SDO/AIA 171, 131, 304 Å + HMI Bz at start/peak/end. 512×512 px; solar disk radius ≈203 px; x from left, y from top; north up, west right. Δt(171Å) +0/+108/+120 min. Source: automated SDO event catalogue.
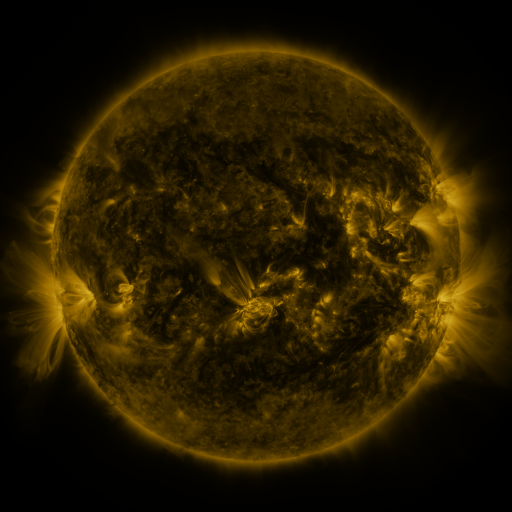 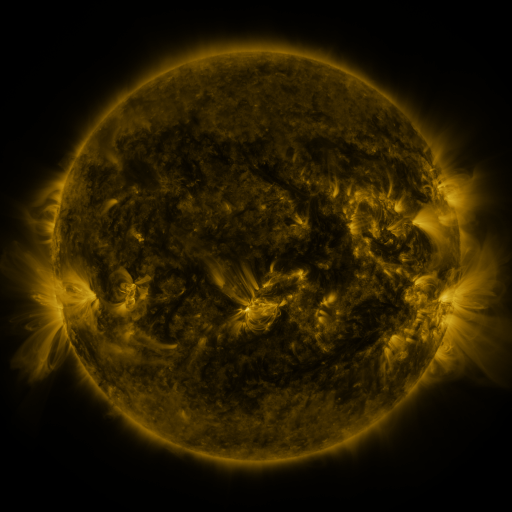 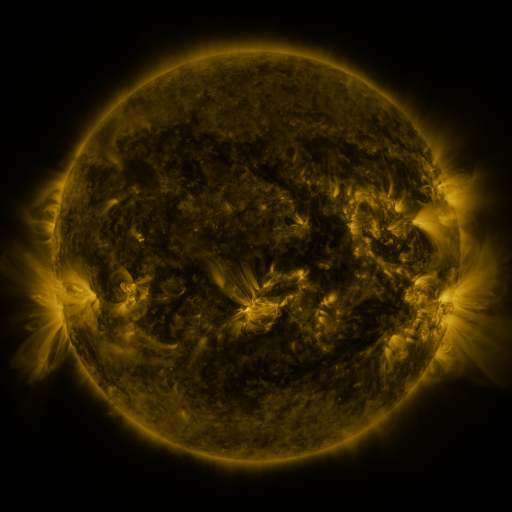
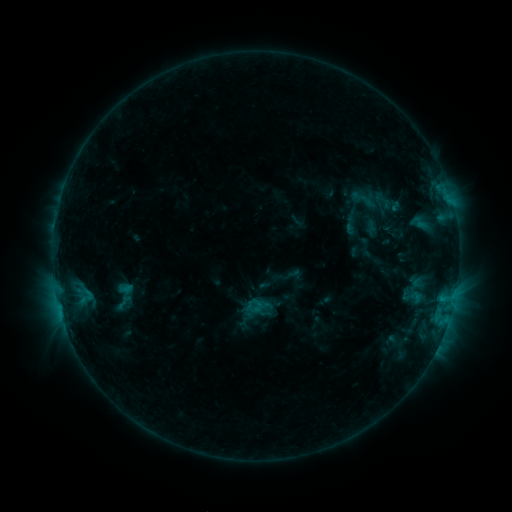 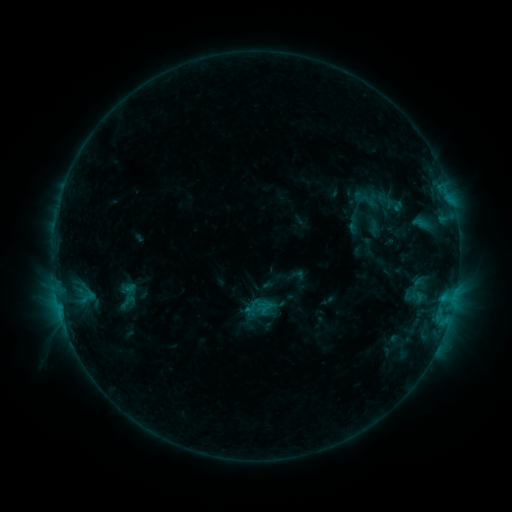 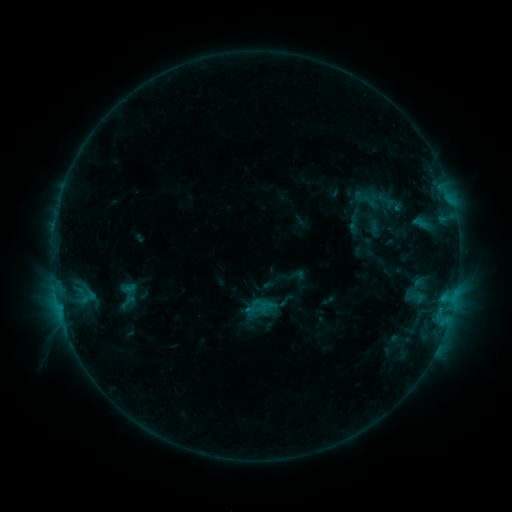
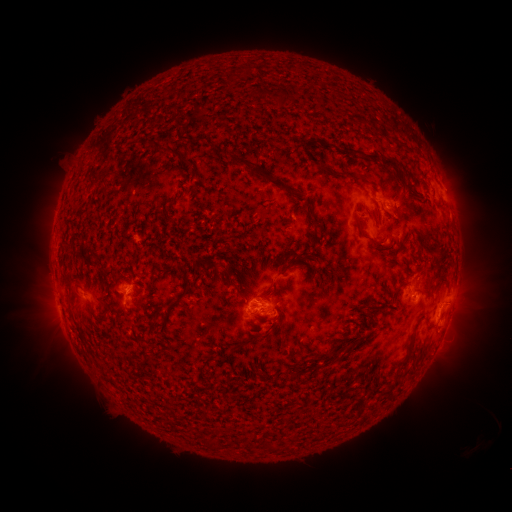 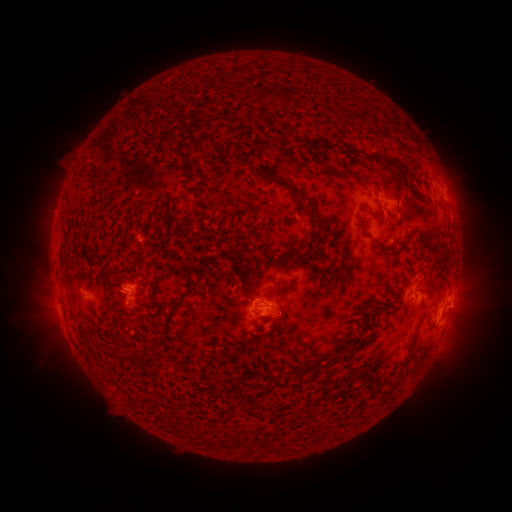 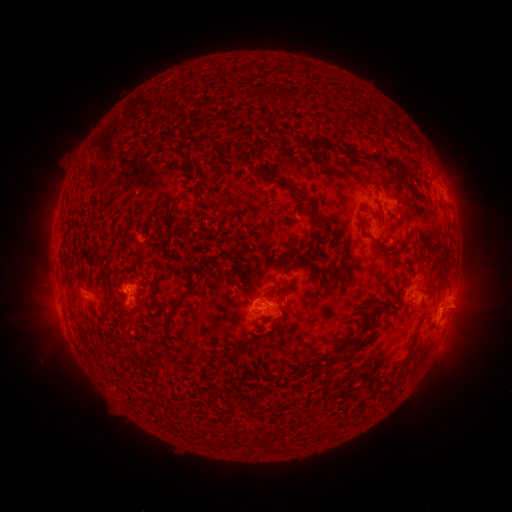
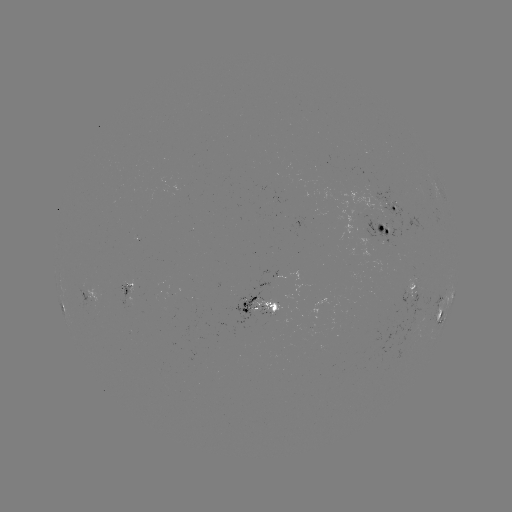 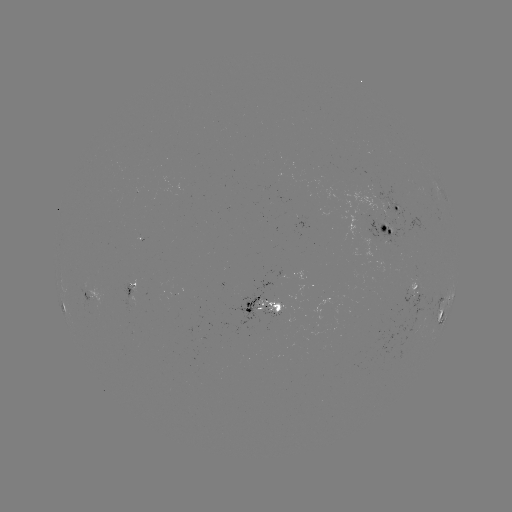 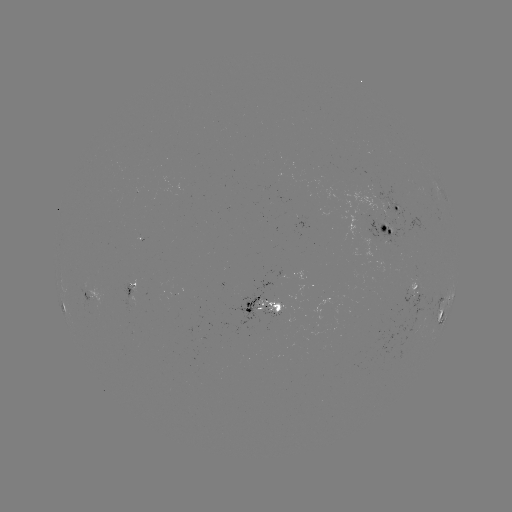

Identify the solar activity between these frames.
emerging-flux region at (395, 204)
